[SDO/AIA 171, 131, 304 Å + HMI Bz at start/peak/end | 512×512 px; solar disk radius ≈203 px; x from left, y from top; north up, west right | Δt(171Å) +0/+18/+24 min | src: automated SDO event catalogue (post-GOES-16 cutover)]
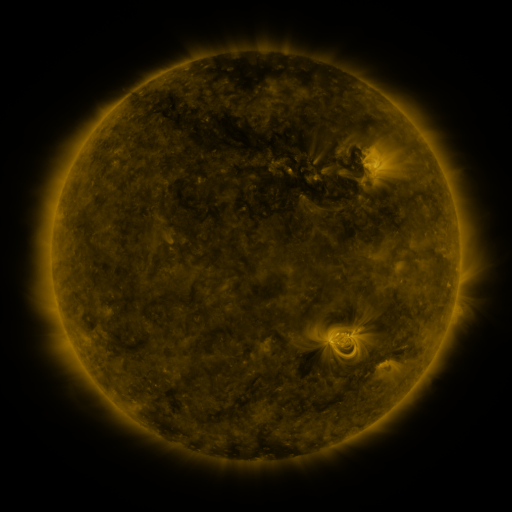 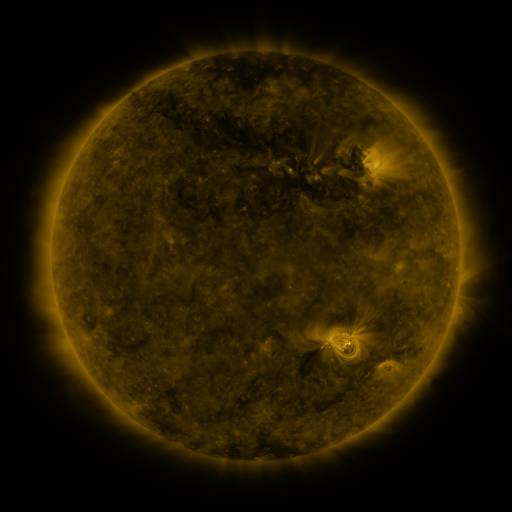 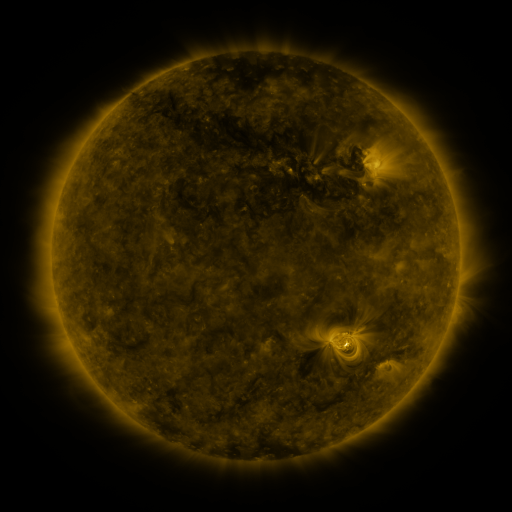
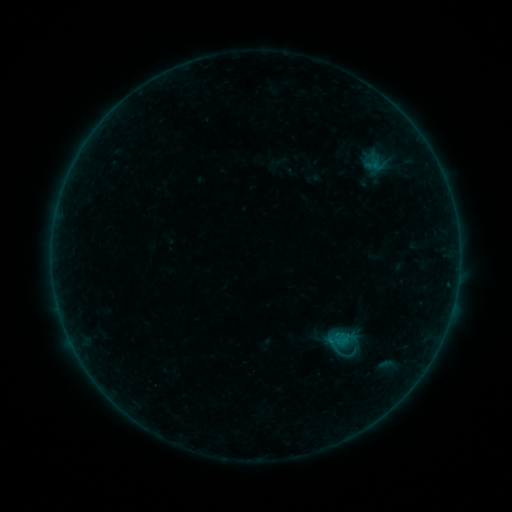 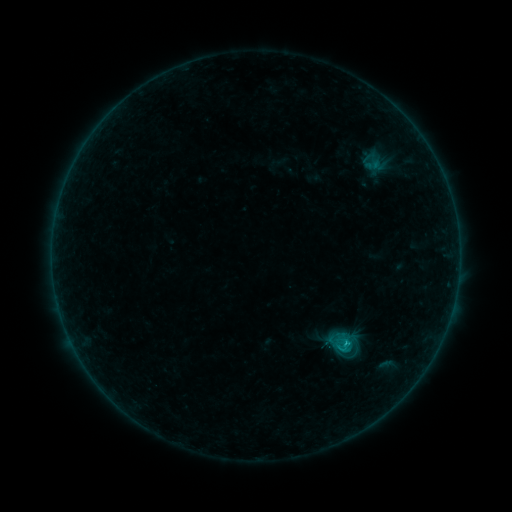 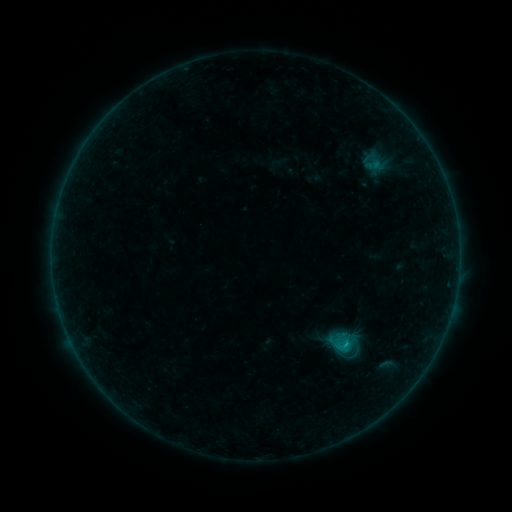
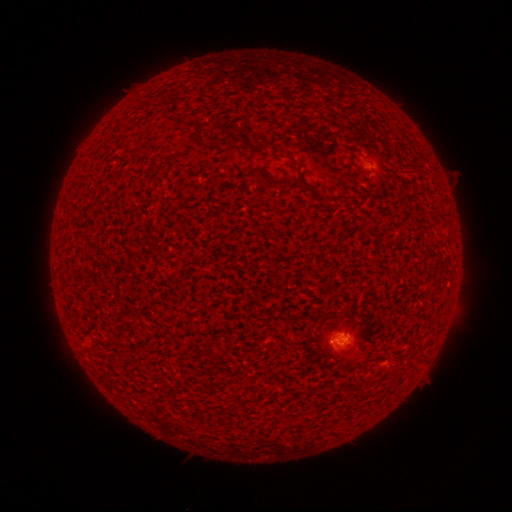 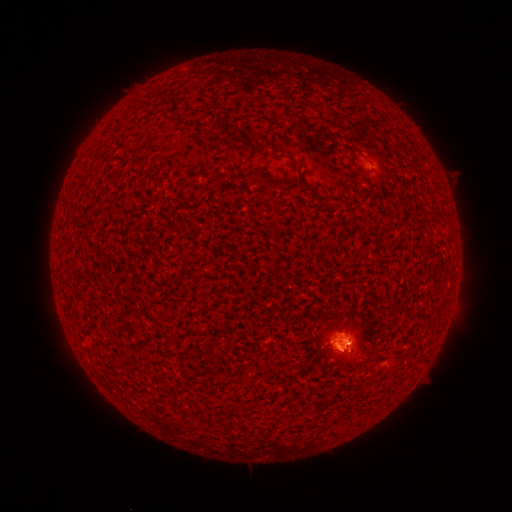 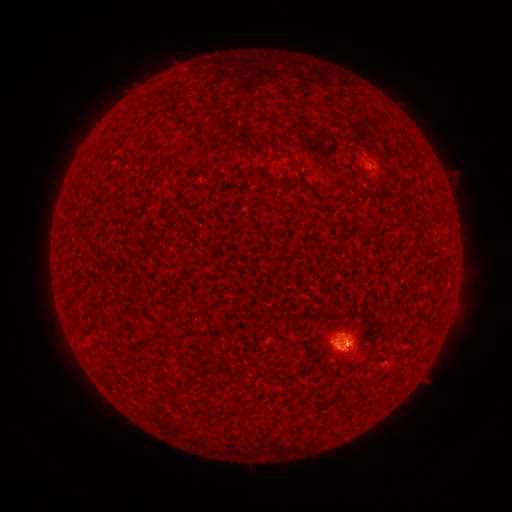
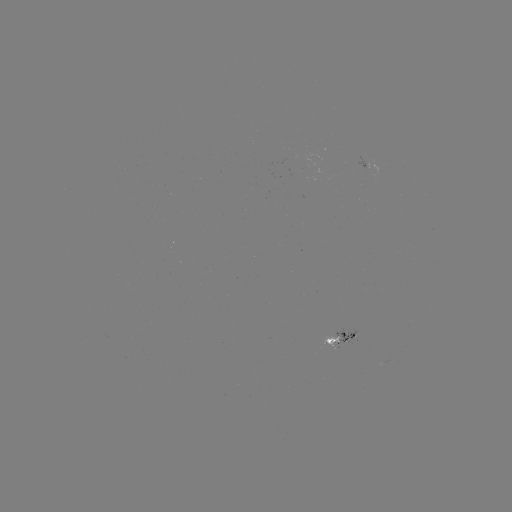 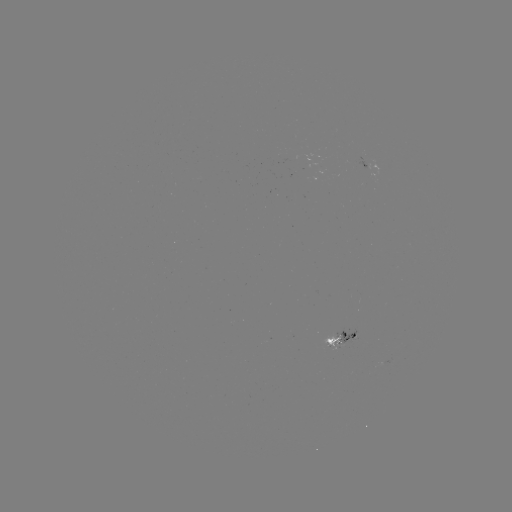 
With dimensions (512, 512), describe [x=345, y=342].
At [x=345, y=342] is B7.3 flare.